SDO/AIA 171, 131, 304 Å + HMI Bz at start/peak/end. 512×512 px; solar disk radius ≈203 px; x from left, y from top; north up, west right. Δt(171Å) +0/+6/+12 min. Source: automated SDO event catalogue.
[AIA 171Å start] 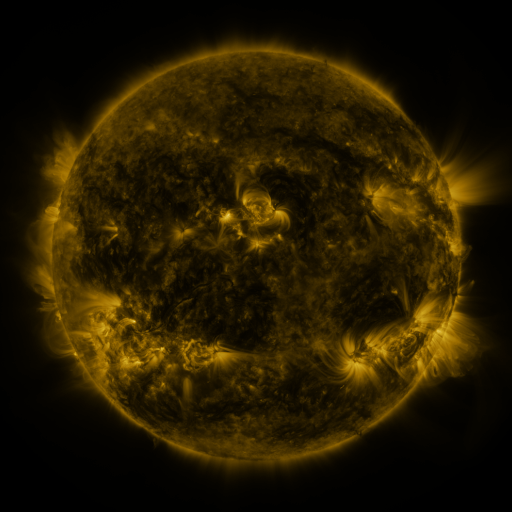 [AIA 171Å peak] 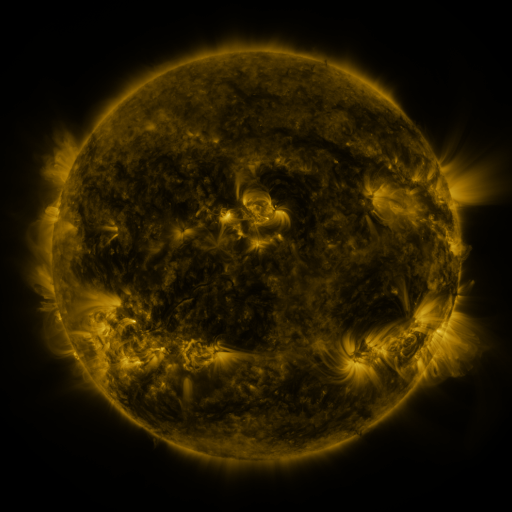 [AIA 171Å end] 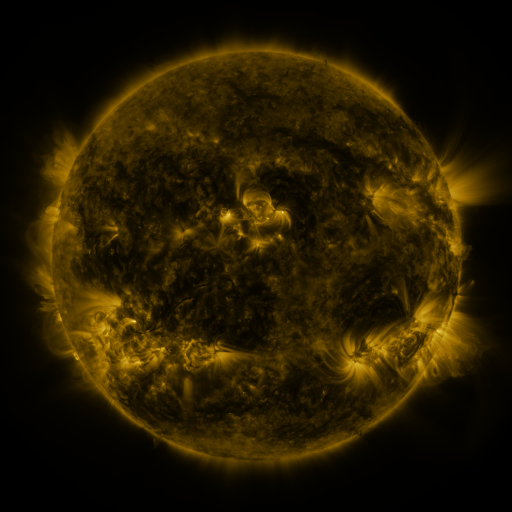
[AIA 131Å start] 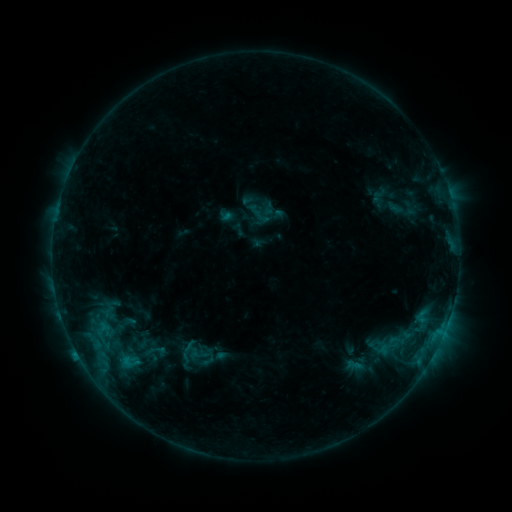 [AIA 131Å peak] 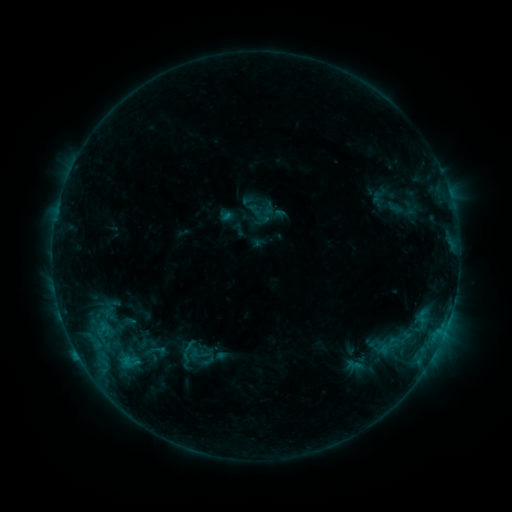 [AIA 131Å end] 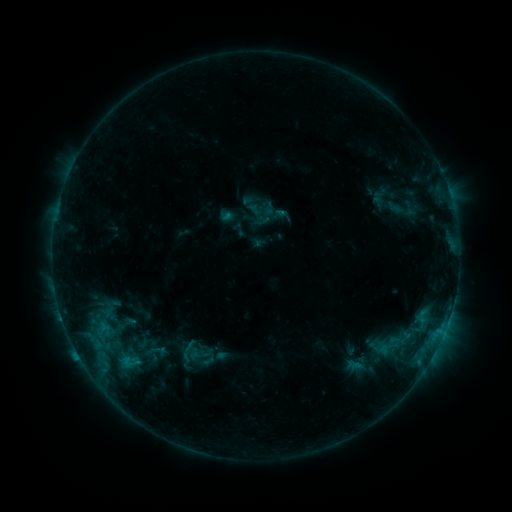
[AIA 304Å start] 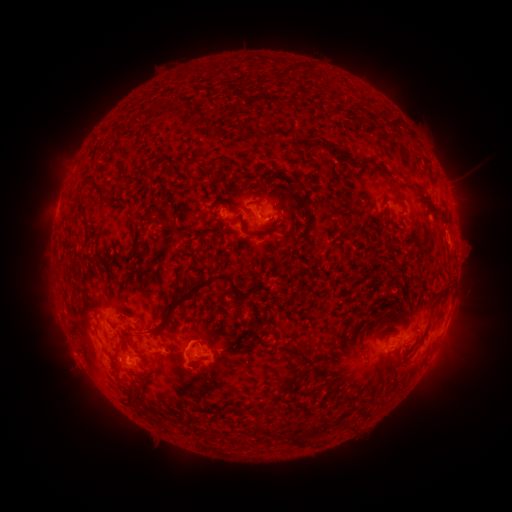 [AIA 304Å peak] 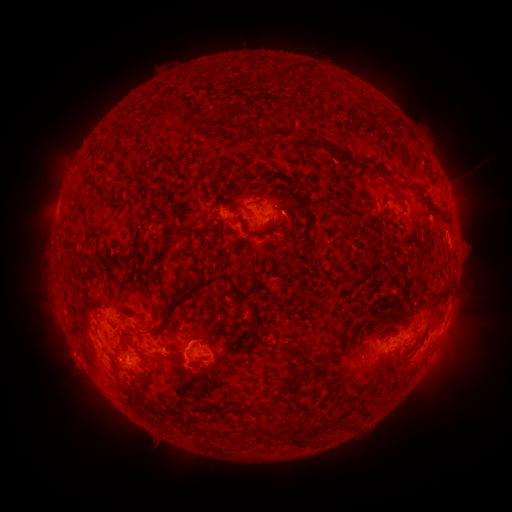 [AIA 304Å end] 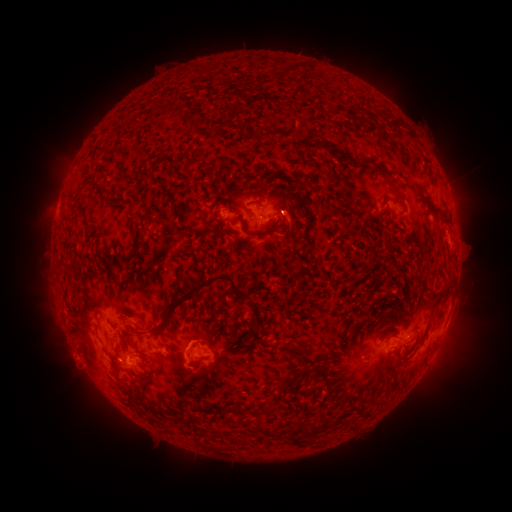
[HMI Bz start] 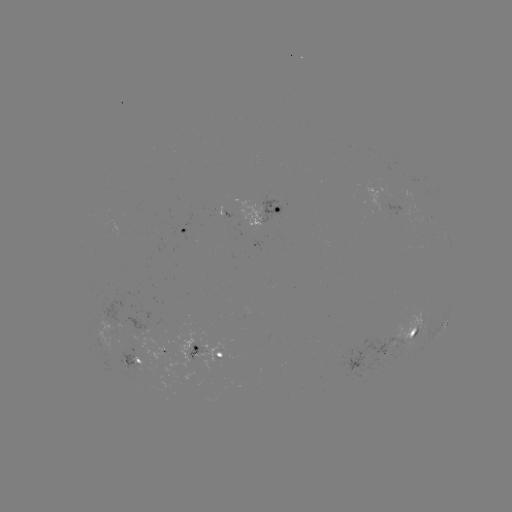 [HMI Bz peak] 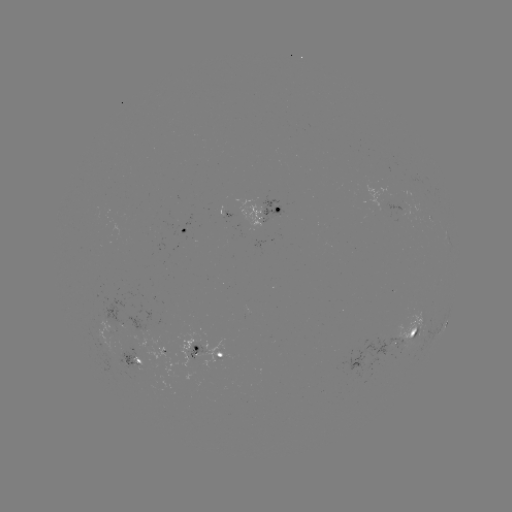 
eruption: [273, 181, 317, 241]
